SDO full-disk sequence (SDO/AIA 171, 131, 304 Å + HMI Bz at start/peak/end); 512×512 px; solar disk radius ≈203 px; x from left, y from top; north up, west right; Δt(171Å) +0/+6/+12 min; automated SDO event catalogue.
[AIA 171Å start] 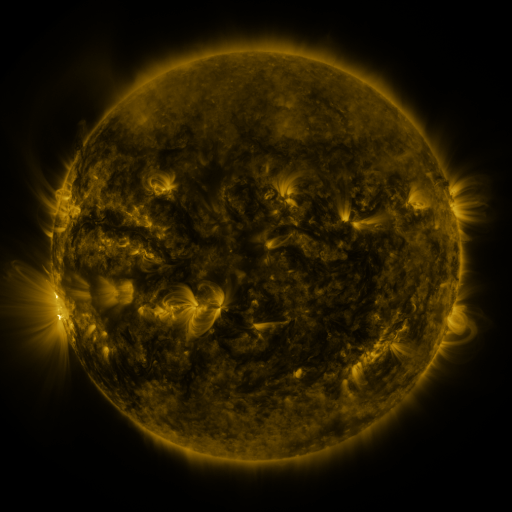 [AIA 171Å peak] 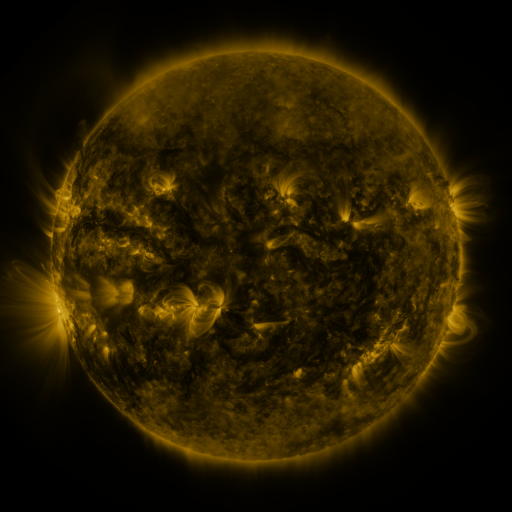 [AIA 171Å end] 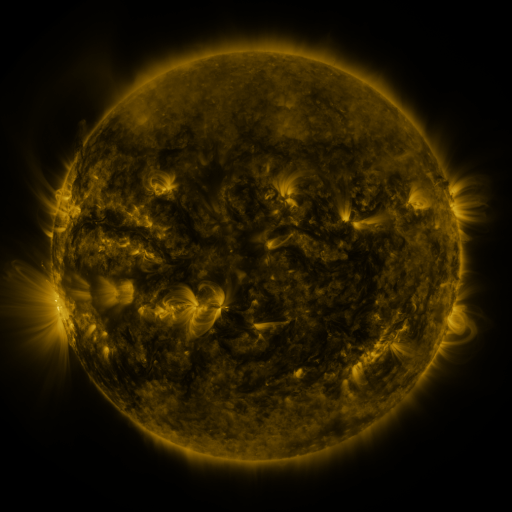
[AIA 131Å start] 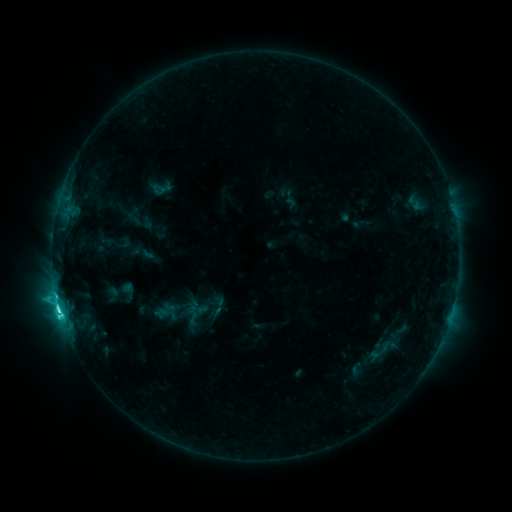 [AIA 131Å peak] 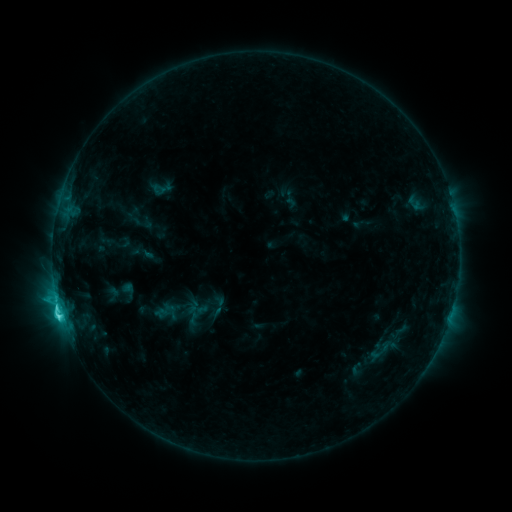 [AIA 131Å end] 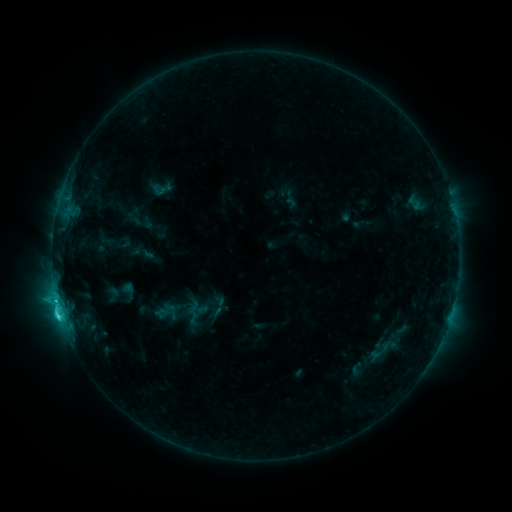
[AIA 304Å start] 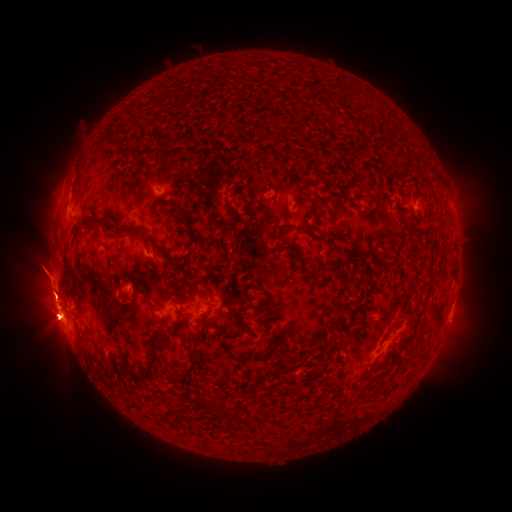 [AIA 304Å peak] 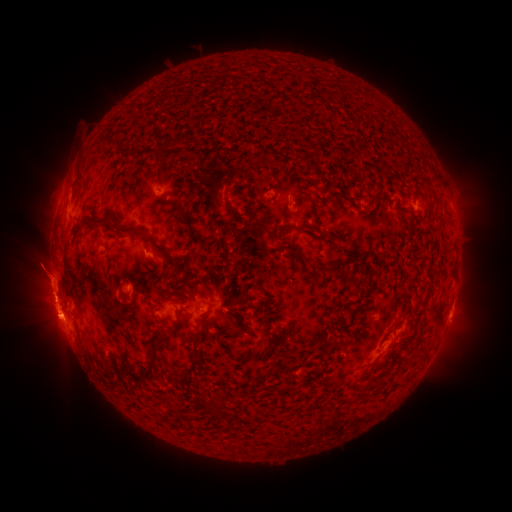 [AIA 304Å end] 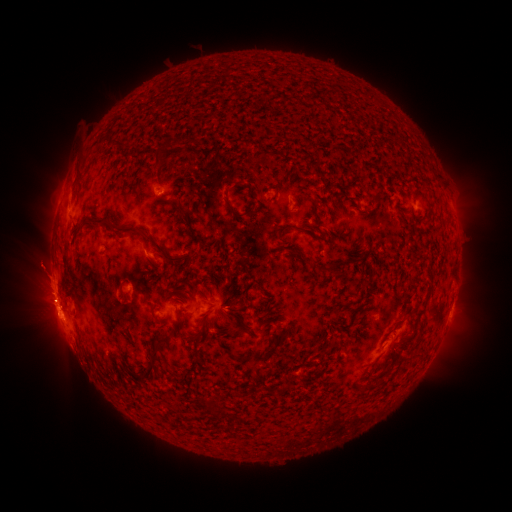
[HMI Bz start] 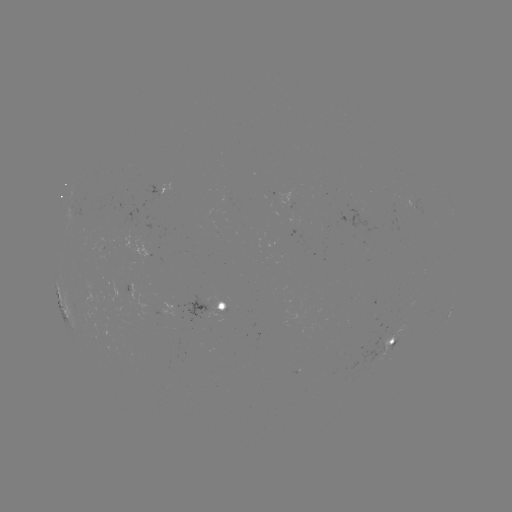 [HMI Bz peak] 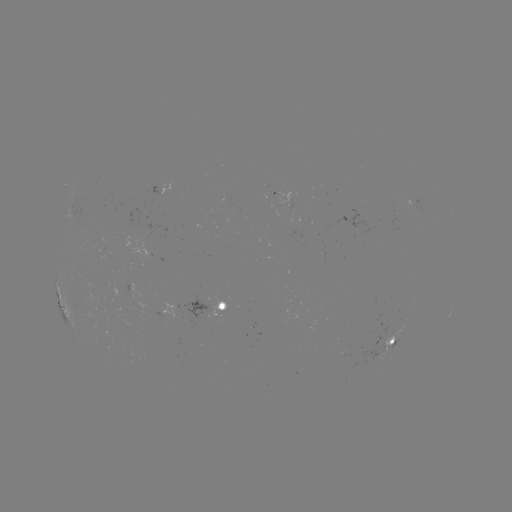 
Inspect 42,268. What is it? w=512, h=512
eruption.